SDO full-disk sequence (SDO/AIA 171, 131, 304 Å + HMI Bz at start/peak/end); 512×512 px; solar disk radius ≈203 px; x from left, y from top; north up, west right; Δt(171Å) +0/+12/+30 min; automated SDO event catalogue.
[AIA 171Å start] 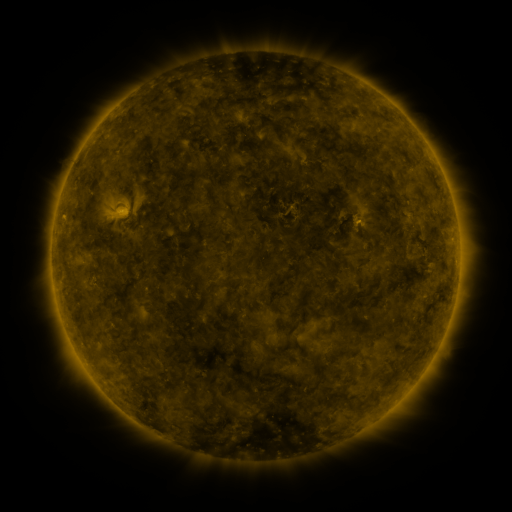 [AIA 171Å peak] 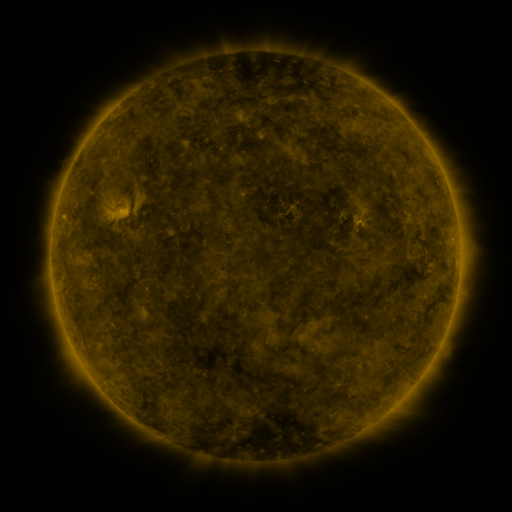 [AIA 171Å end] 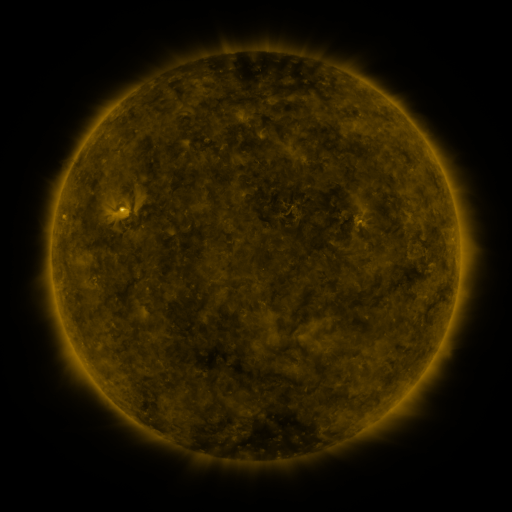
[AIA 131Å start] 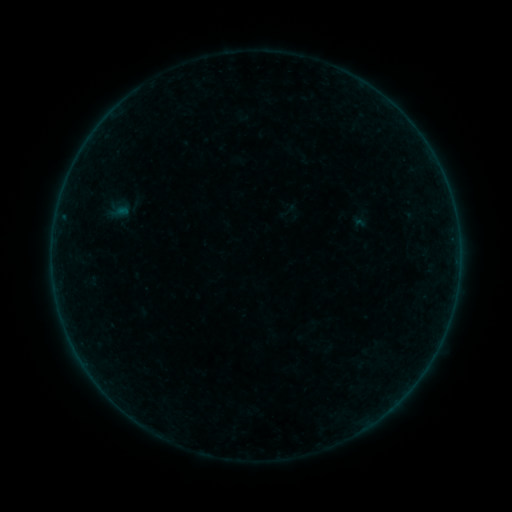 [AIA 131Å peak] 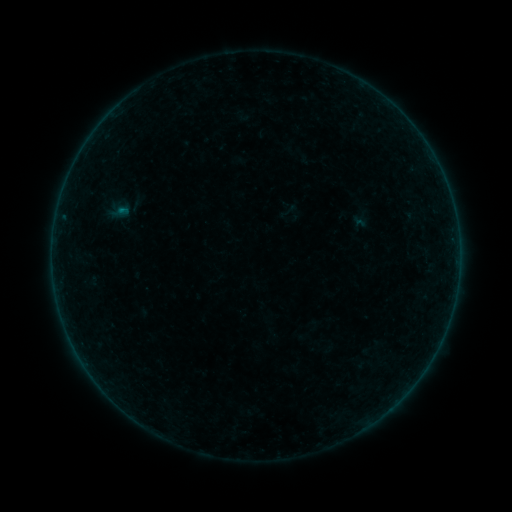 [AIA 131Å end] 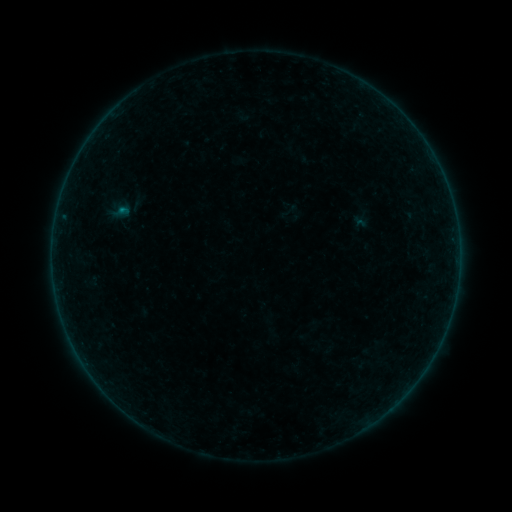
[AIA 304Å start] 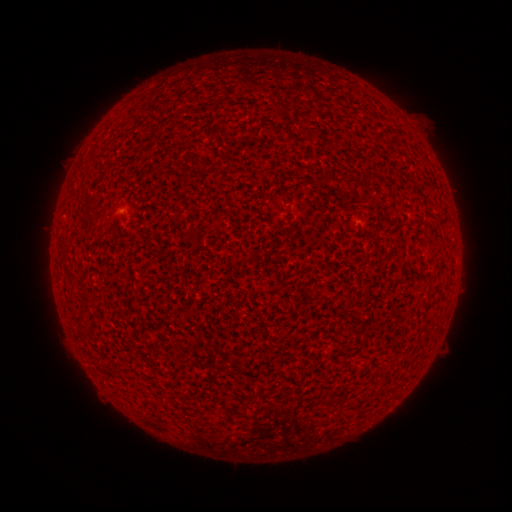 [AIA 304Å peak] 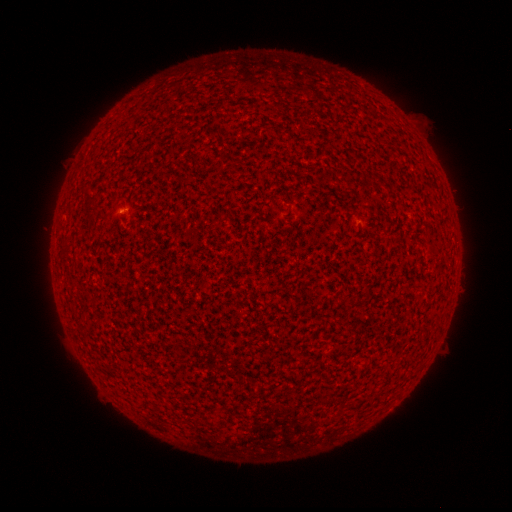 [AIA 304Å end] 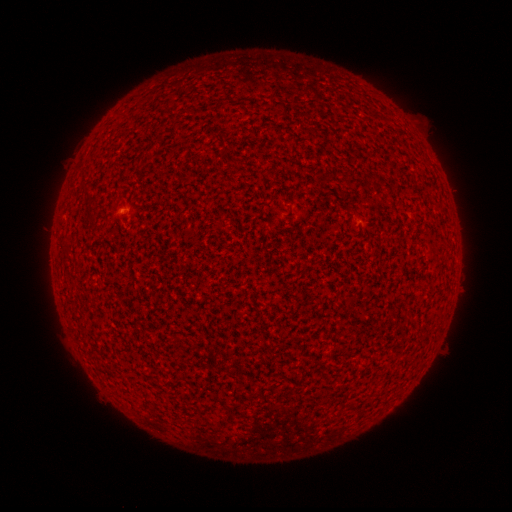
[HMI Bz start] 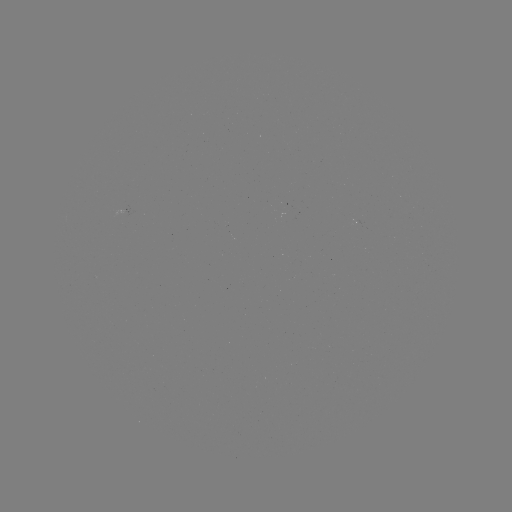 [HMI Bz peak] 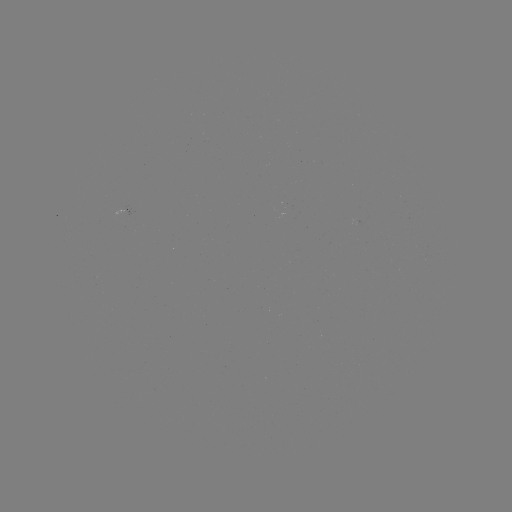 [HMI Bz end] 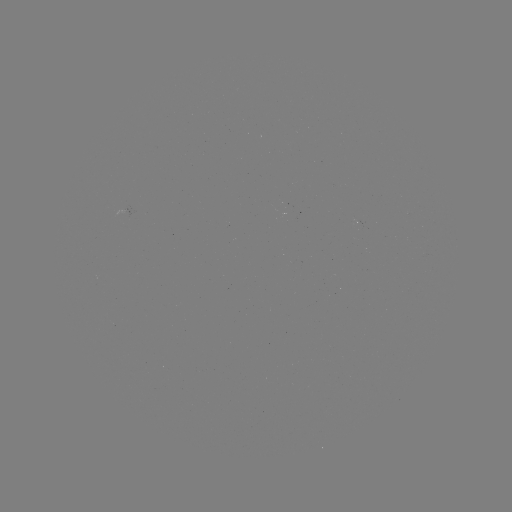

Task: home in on B1.1 flare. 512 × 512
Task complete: [122, 211].